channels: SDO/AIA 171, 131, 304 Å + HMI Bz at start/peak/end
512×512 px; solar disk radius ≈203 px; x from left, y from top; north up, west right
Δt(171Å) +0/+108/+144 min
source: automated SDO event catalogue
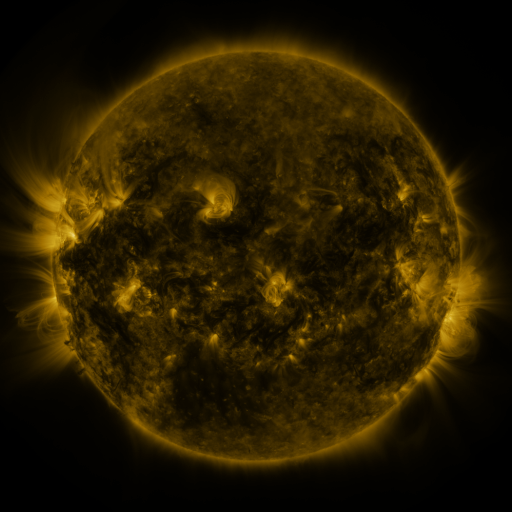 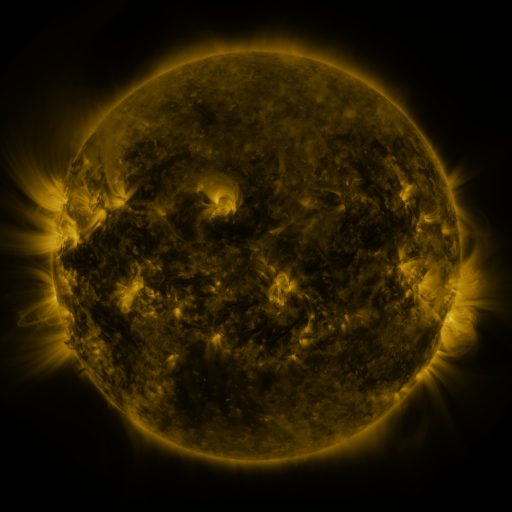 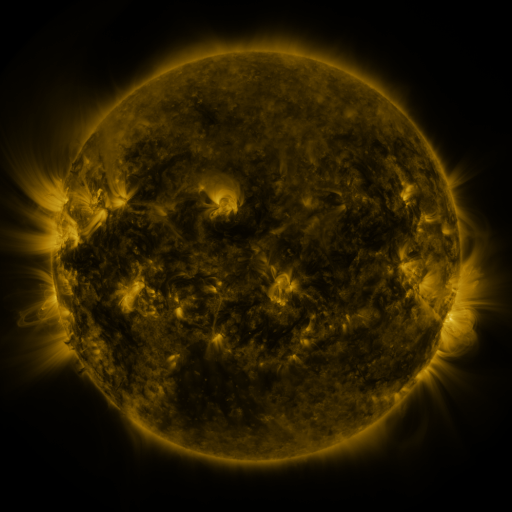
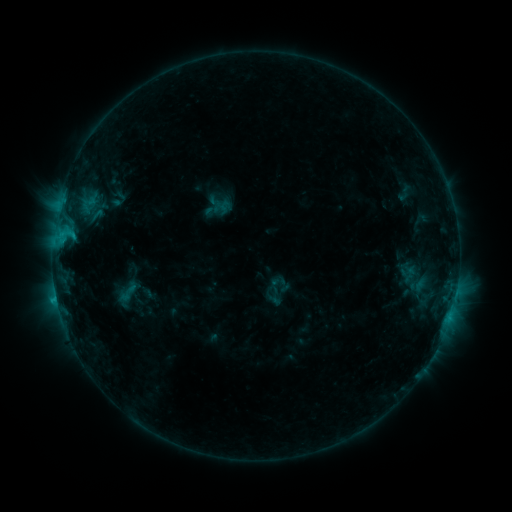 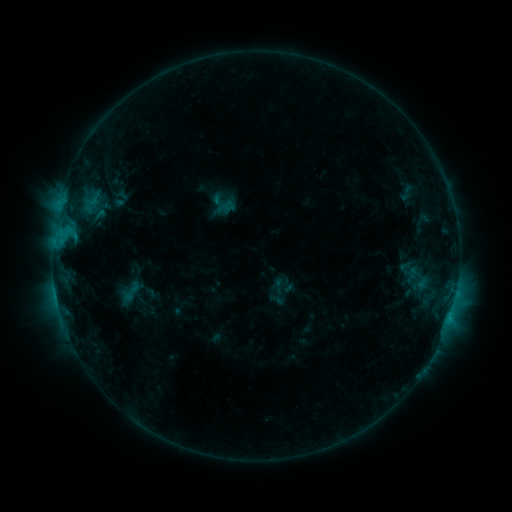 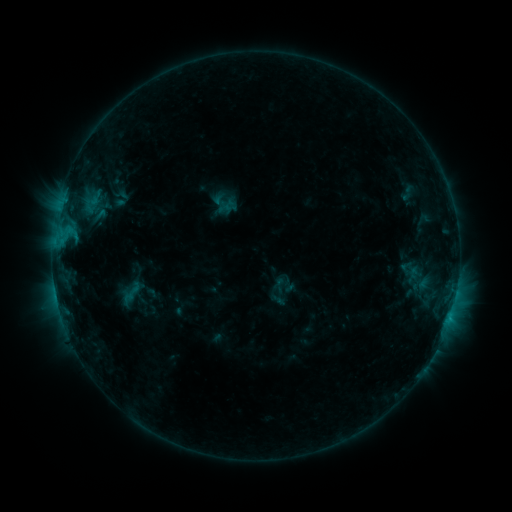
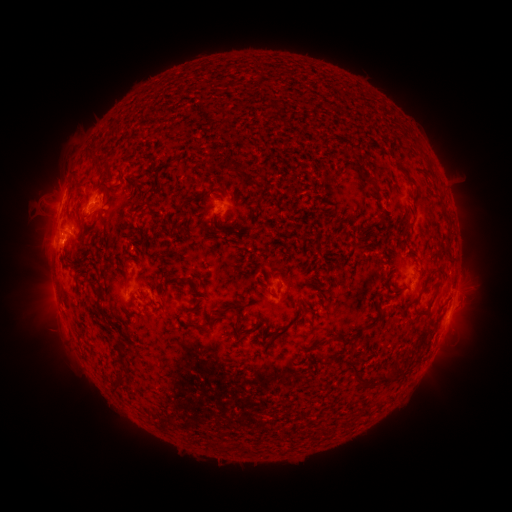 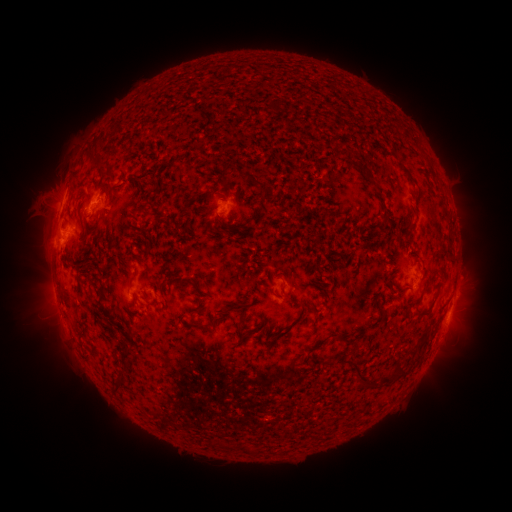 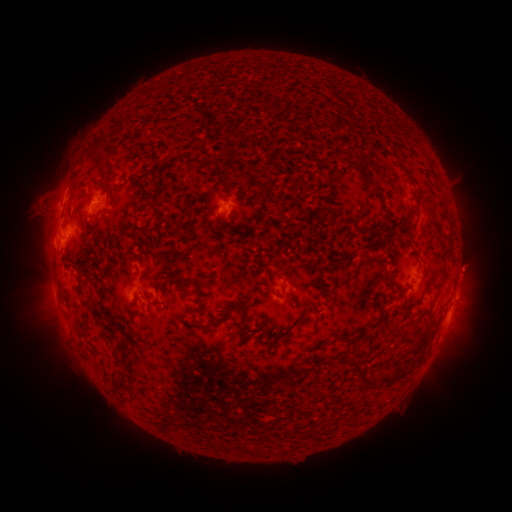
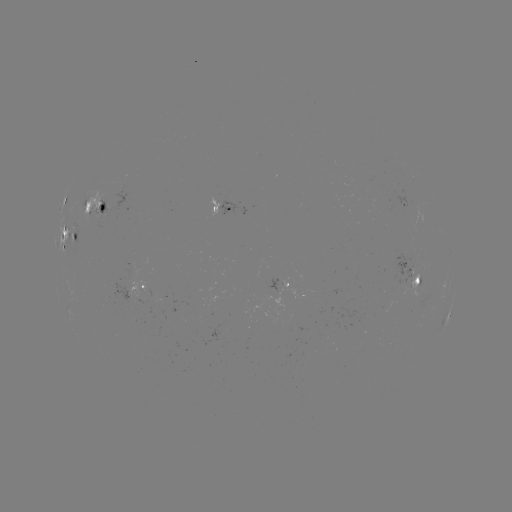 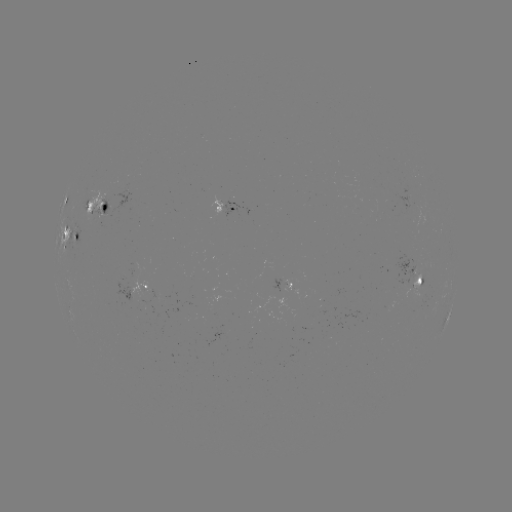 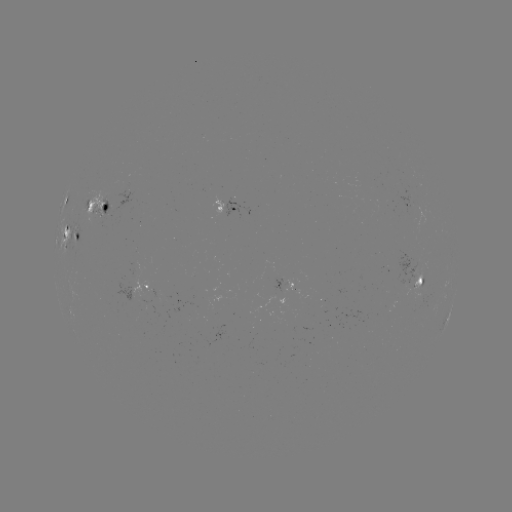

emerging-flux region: (273, 282, 299, 301)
